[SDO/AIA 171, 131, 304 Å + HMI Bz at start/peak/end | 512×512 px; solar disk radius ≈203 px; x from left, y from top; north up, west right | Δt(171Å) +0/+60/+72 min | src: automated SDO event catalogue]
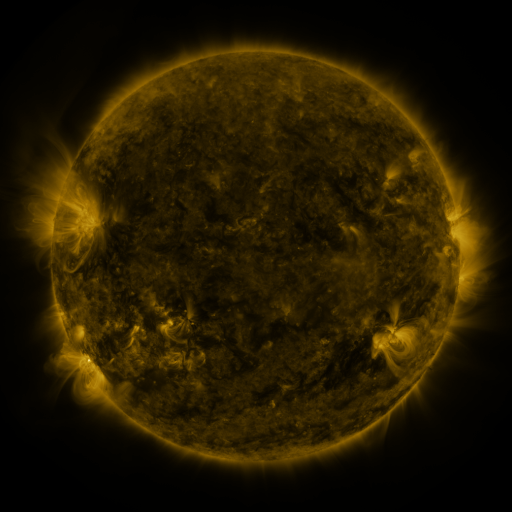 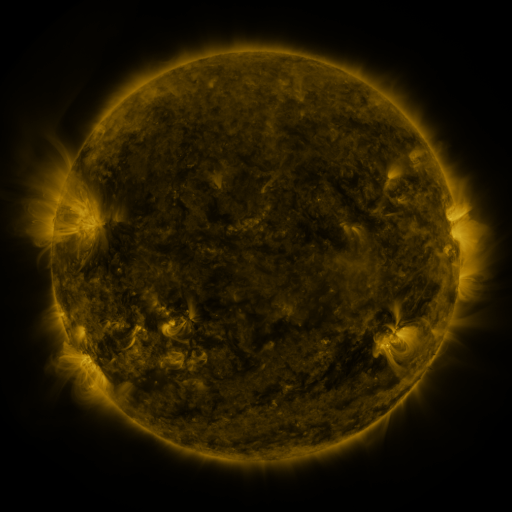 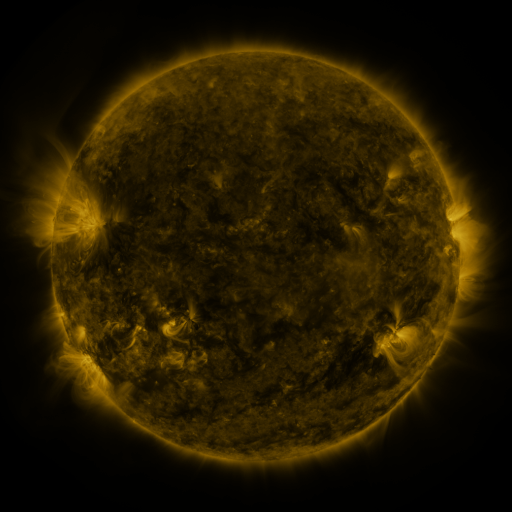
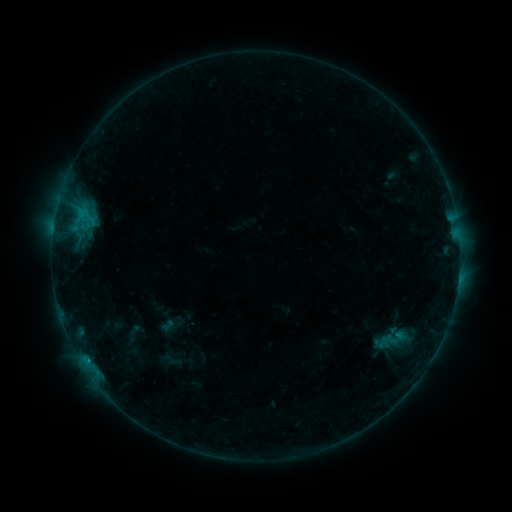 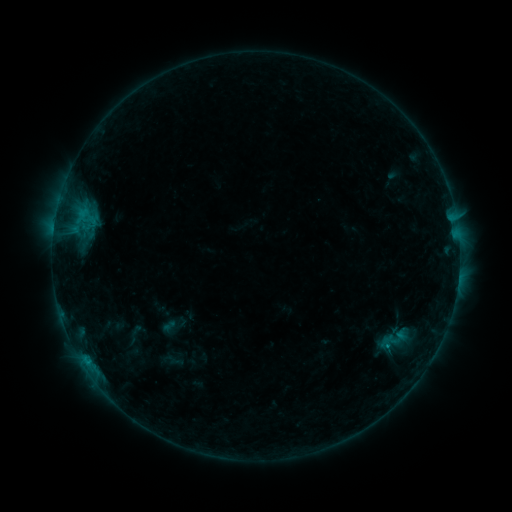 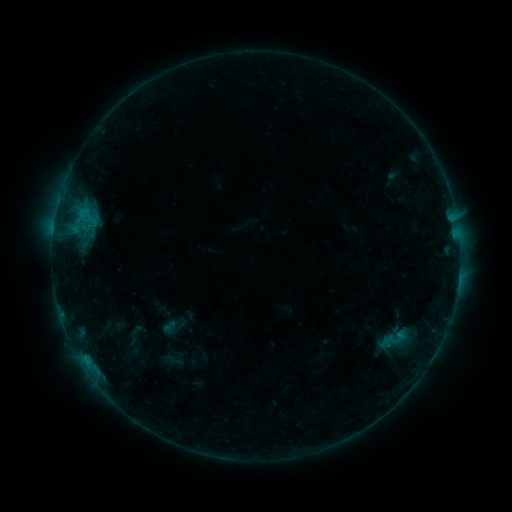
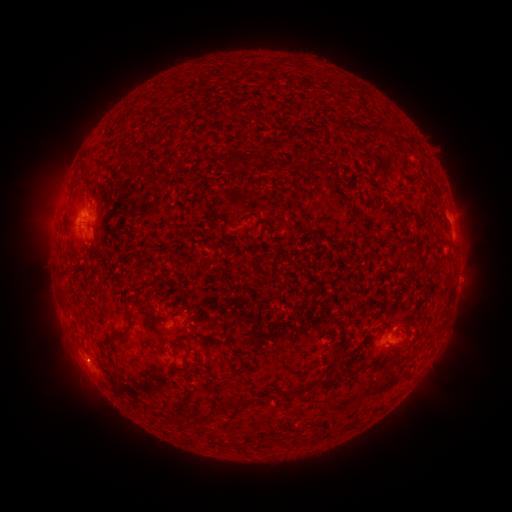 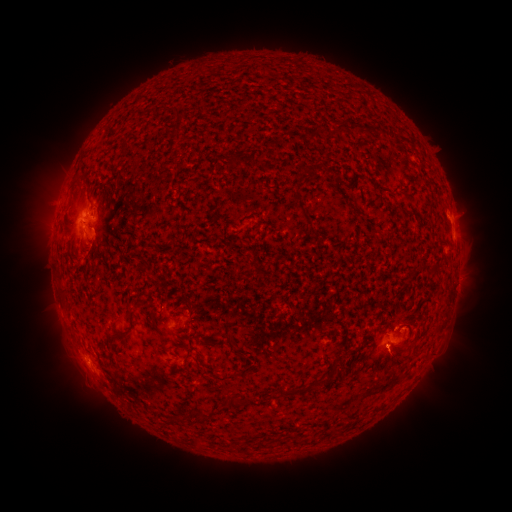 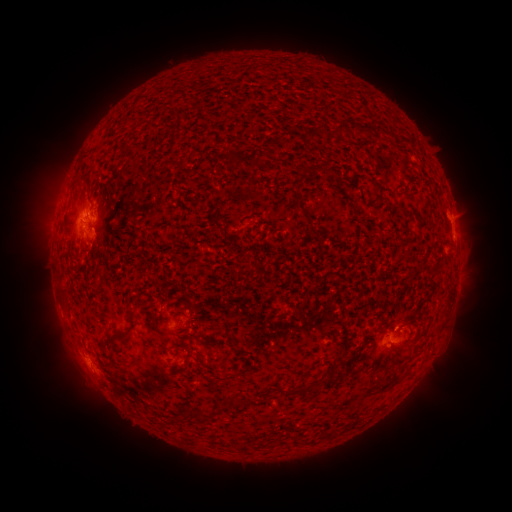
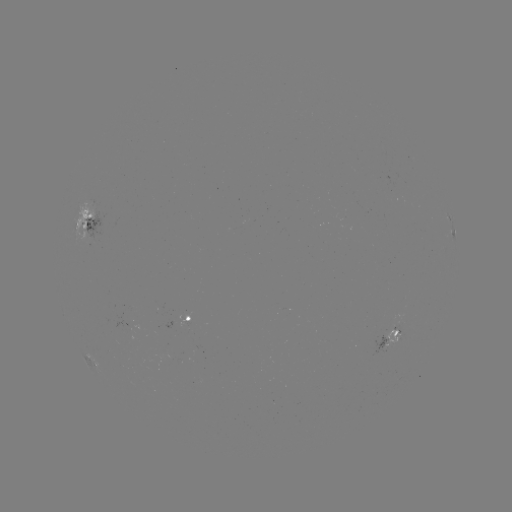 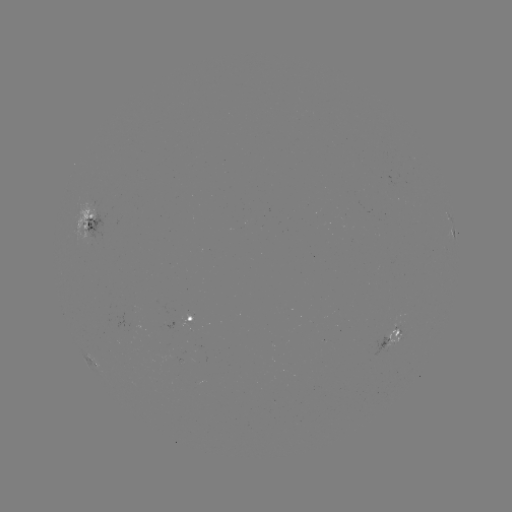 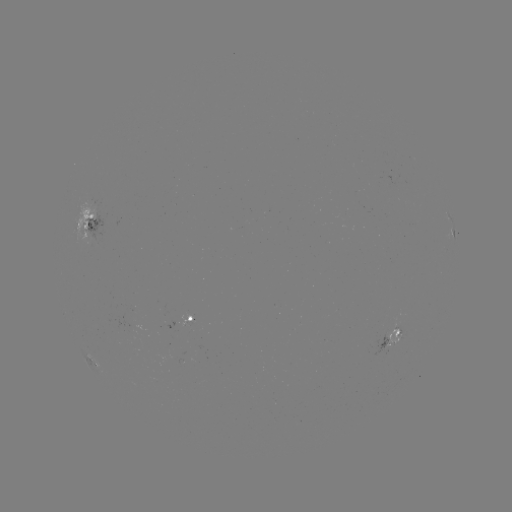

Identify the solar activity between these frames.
emerging-flux region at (384, 339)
